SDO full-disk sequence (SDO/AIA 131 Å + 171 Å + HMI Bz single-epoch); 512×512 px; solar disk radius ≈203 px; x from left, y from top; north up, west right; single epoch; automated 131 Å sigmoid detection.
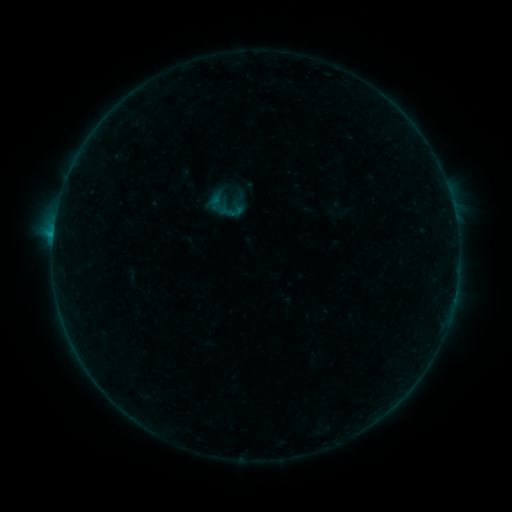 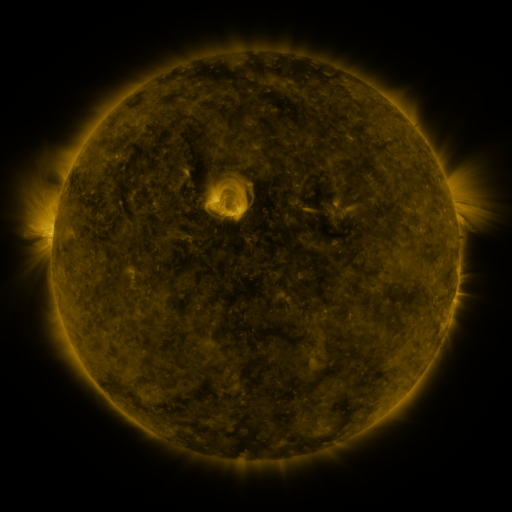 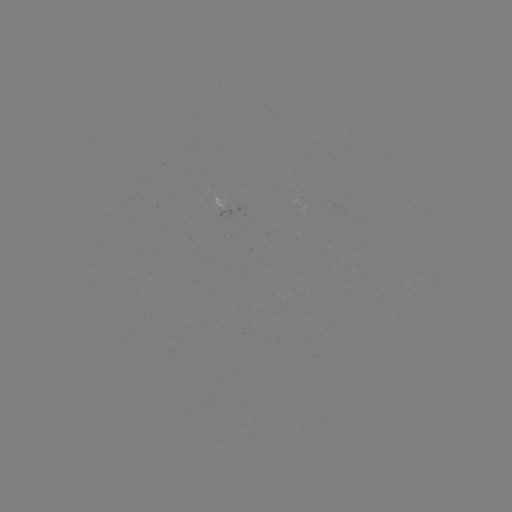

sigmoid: [219, 198, 244, 224]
